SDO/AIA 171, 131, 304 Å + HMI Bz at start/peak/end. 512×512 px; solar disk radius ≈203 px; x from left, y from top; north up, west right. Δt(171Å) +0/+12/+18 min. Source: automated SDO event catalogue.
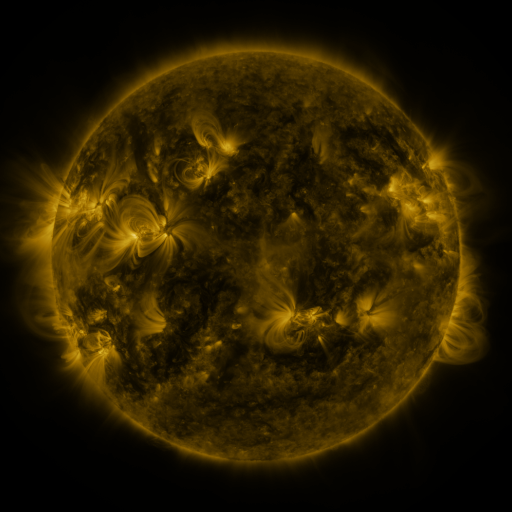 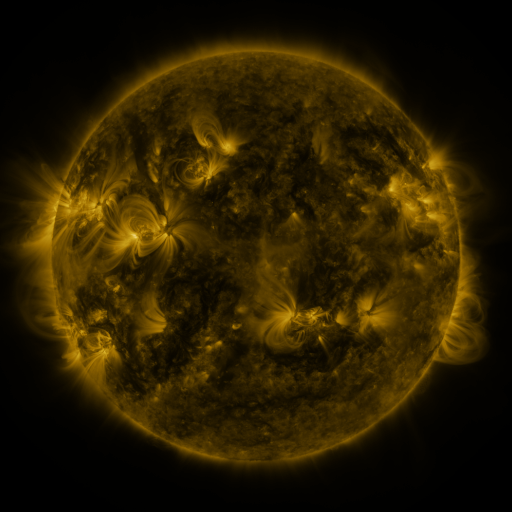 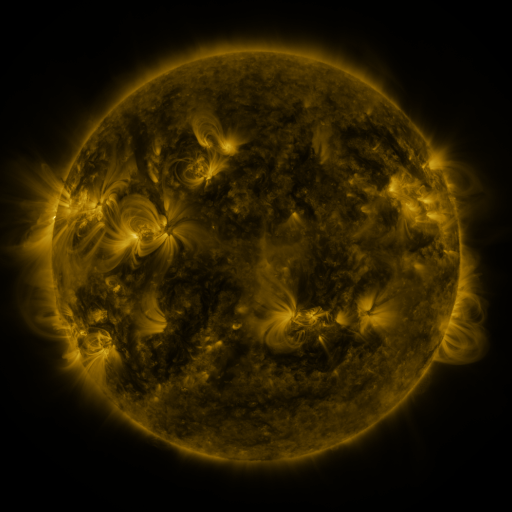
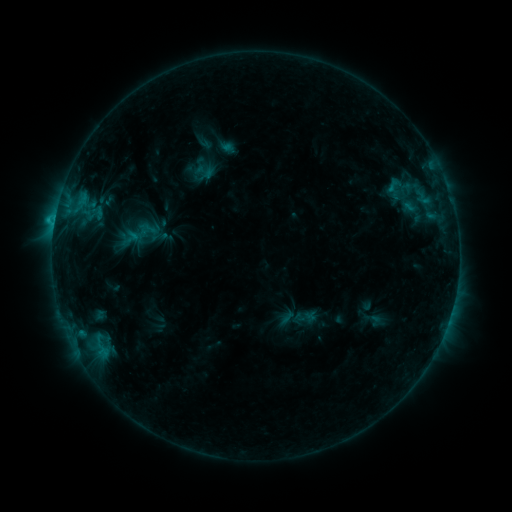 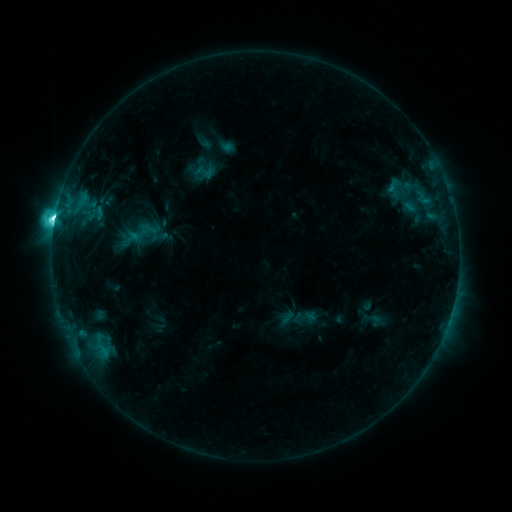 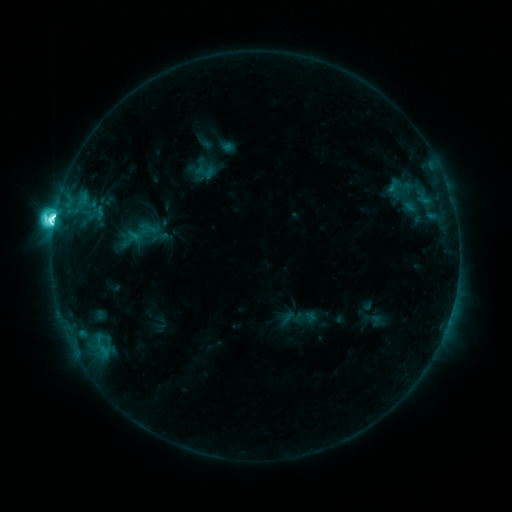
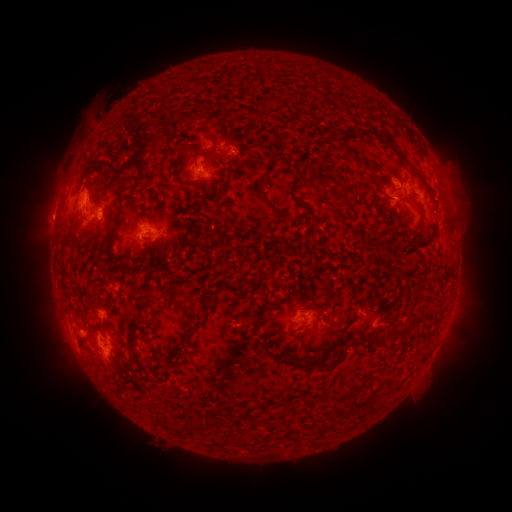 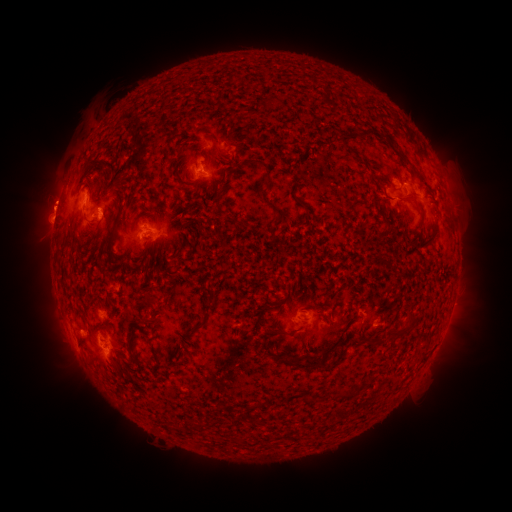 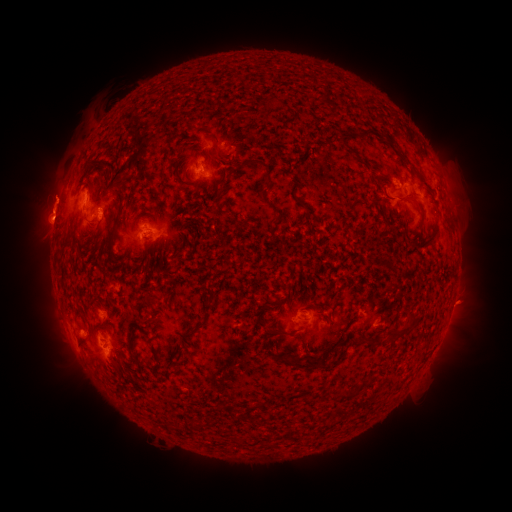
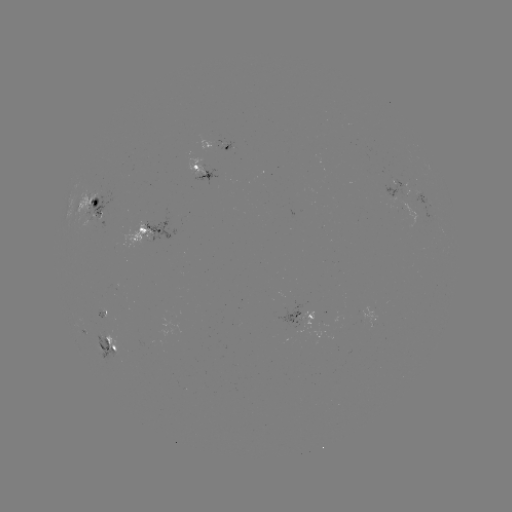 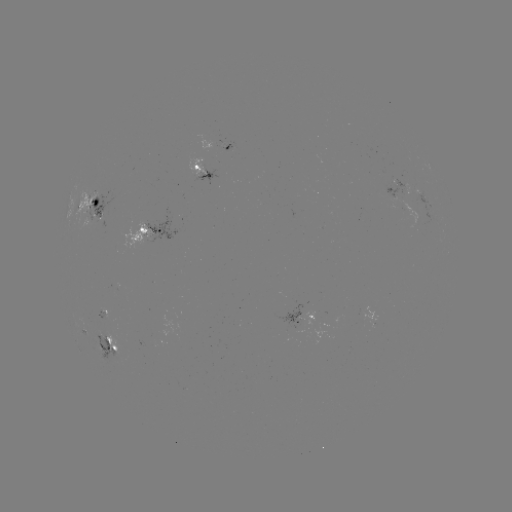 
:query M1.9 flare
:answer (55, 220)